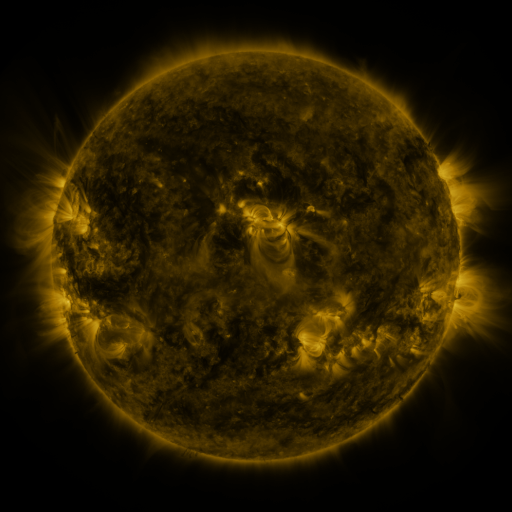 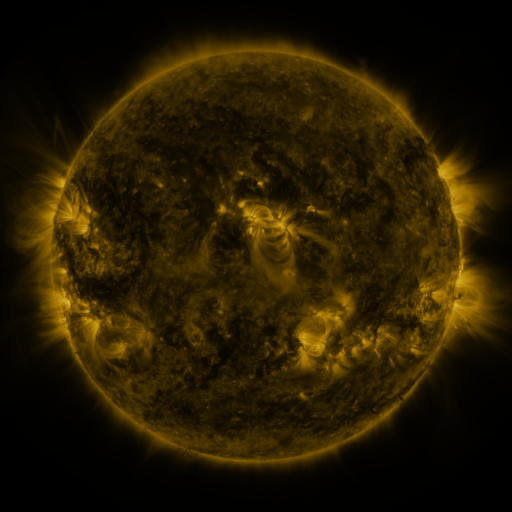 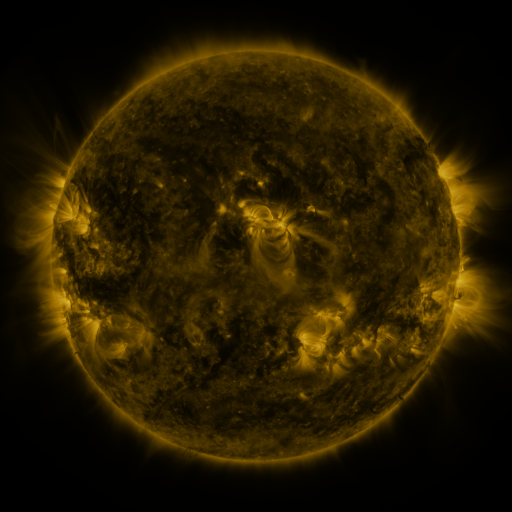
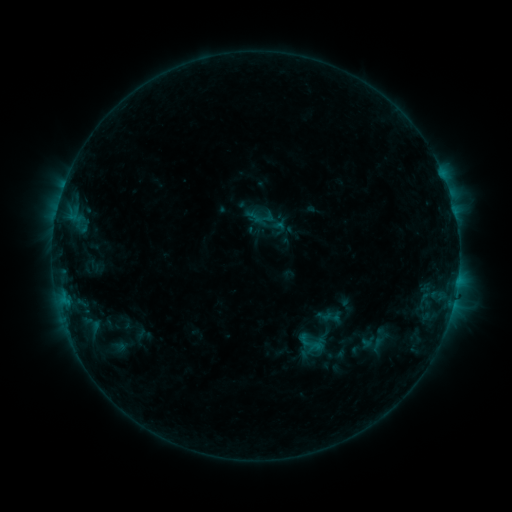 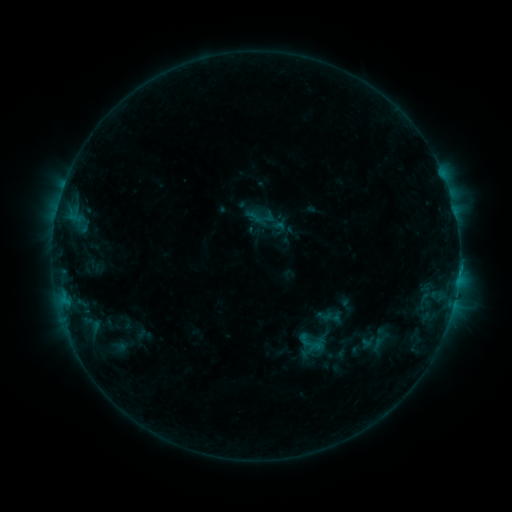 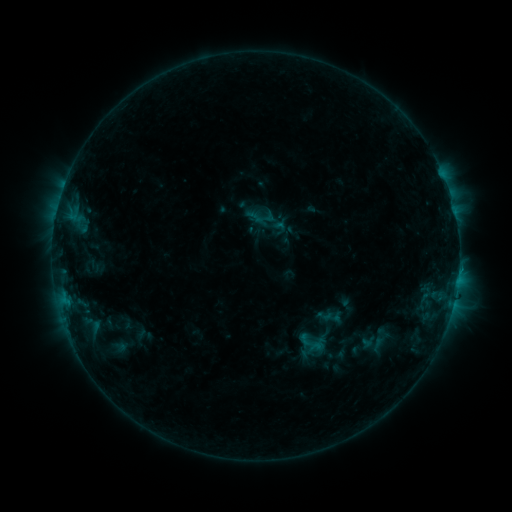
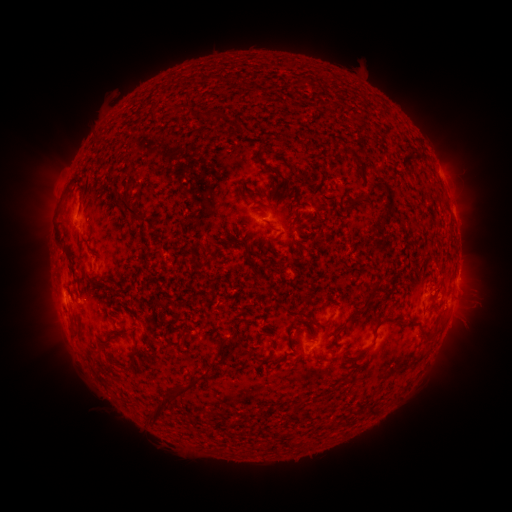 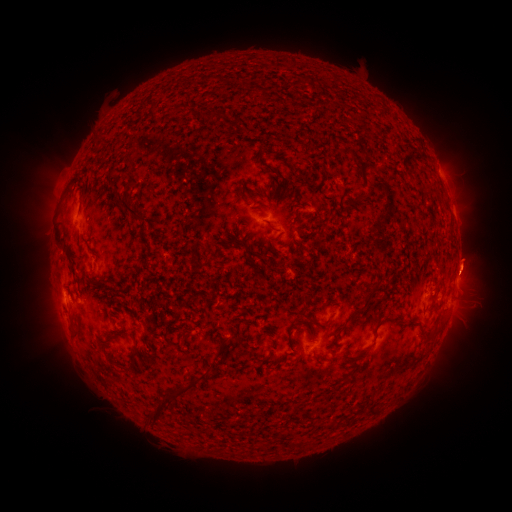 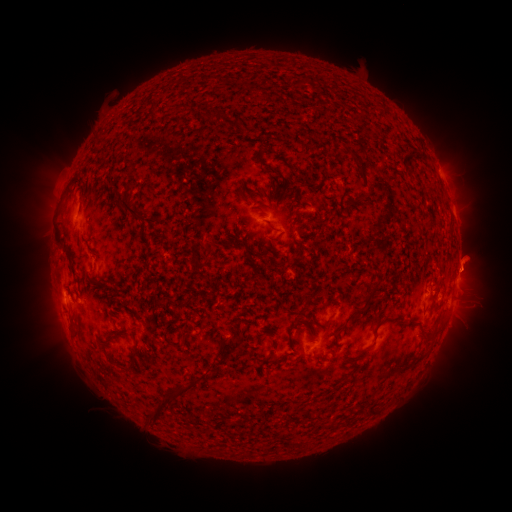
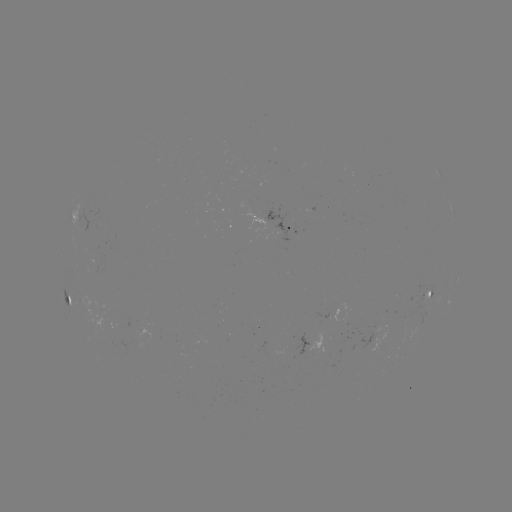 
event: eruption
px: (471, 259)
